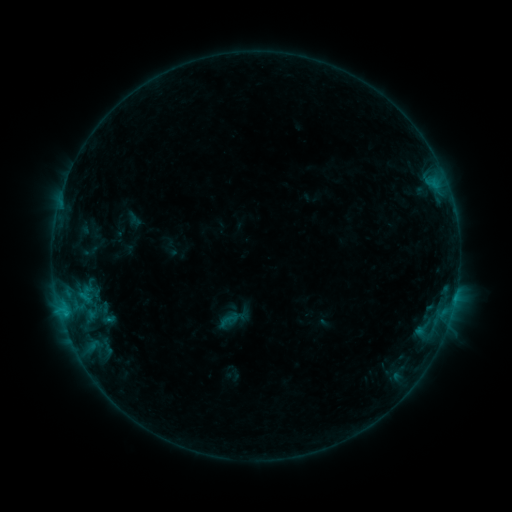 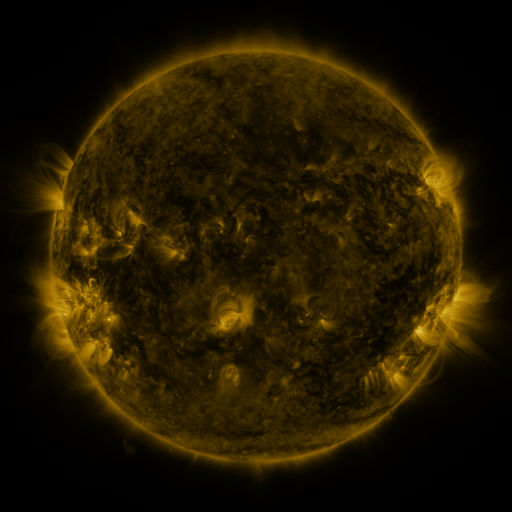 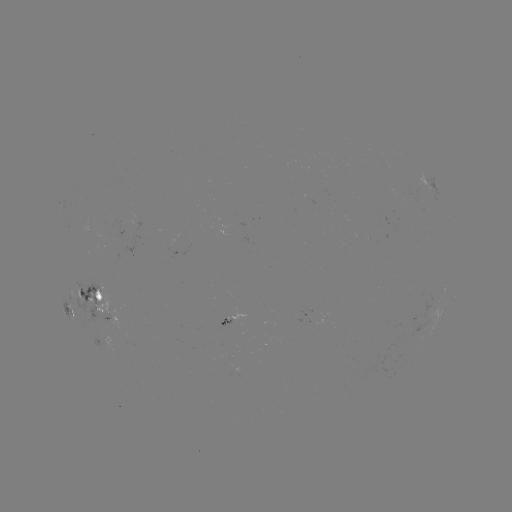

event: sigmoid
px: (229, 319)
